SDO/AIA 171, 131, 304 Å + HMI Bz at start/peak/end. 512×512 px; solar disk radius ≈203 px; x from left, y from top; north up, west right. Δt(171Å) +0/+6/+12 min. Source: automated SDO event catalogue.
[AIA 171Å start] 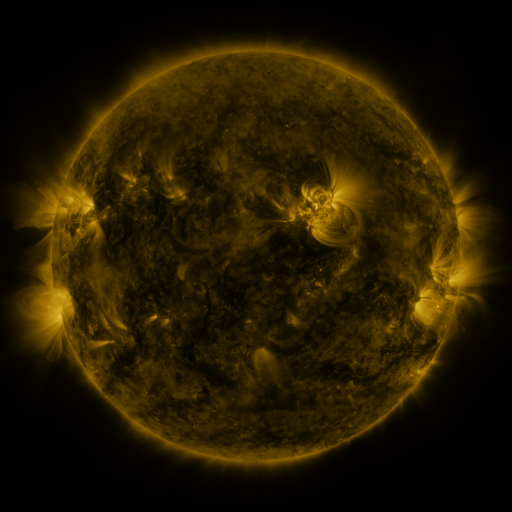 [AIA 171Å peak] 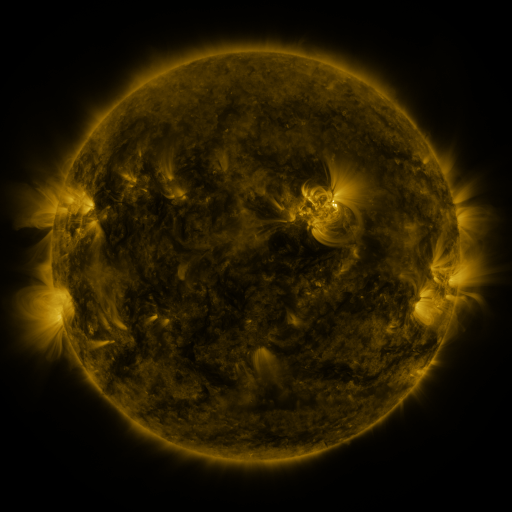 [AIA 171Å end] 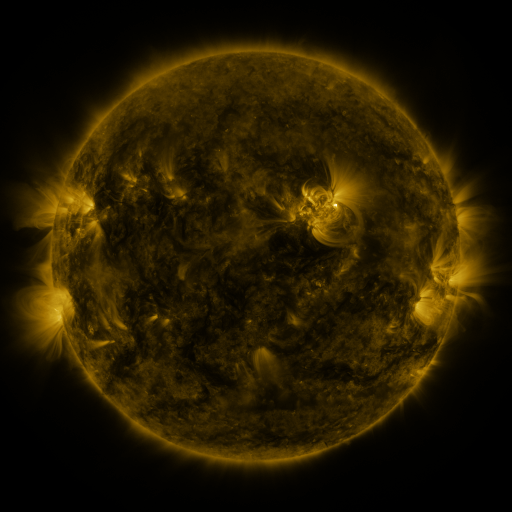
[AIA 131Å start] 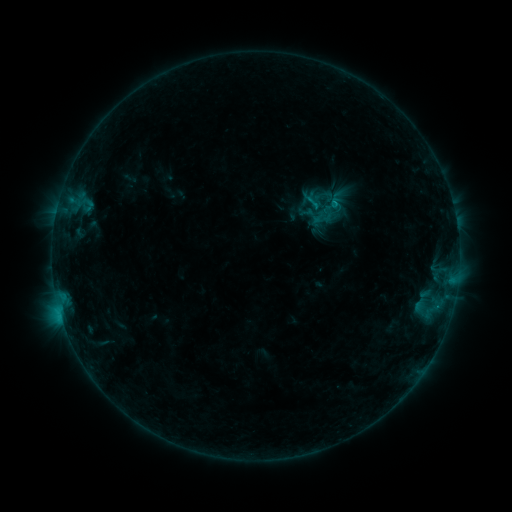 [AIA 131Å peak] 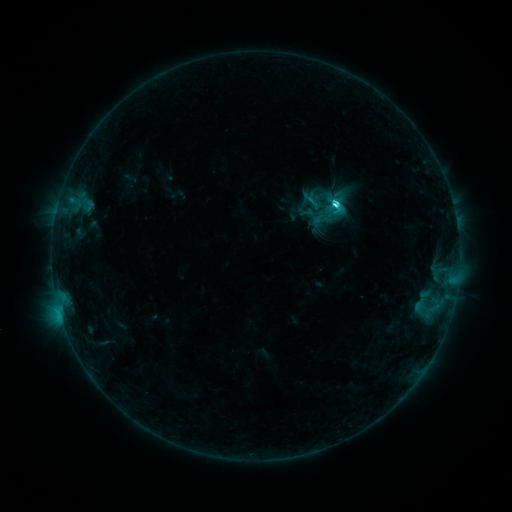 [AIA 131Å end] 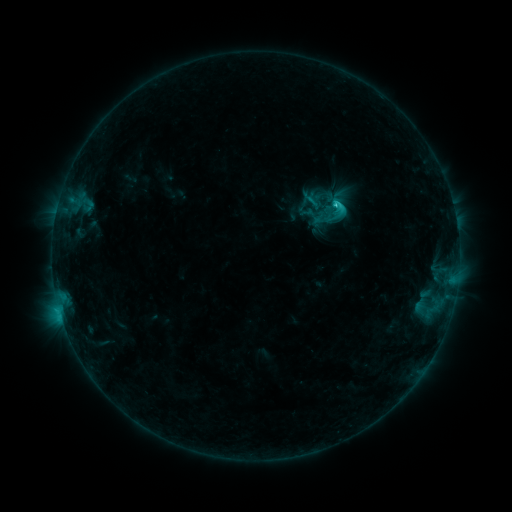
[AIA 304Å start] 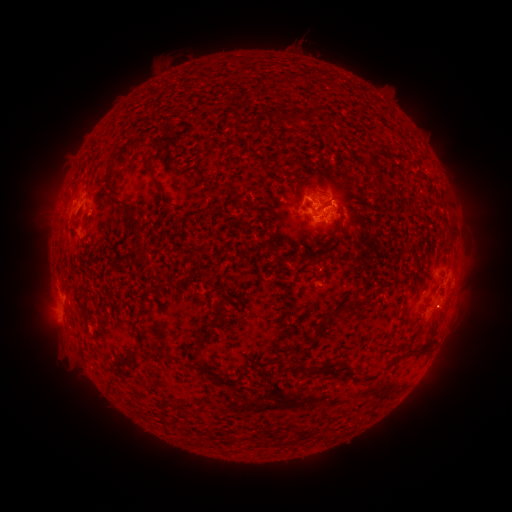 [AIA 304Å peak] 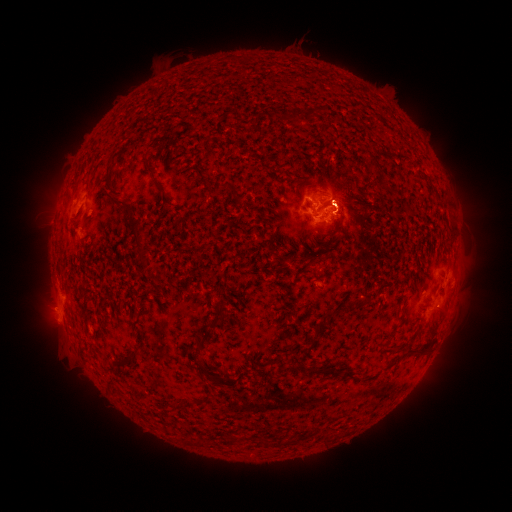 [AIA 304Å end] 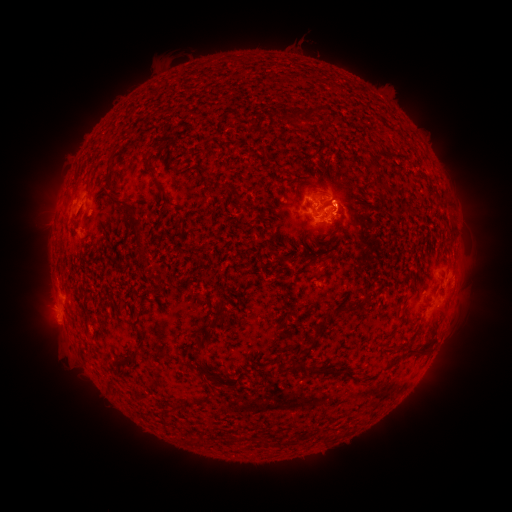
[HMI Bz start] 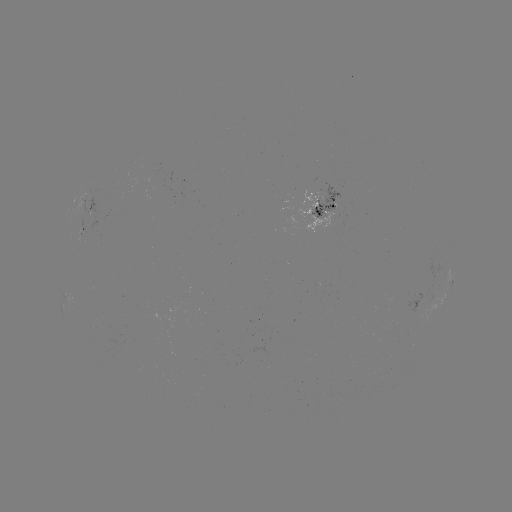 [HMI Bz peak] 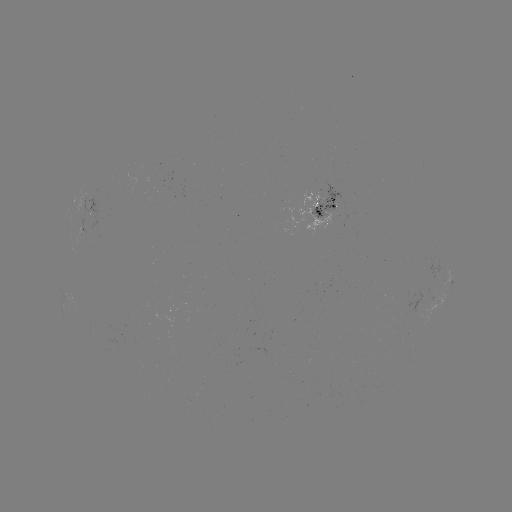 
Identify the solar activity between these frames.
C3.9 flare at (333, 206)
